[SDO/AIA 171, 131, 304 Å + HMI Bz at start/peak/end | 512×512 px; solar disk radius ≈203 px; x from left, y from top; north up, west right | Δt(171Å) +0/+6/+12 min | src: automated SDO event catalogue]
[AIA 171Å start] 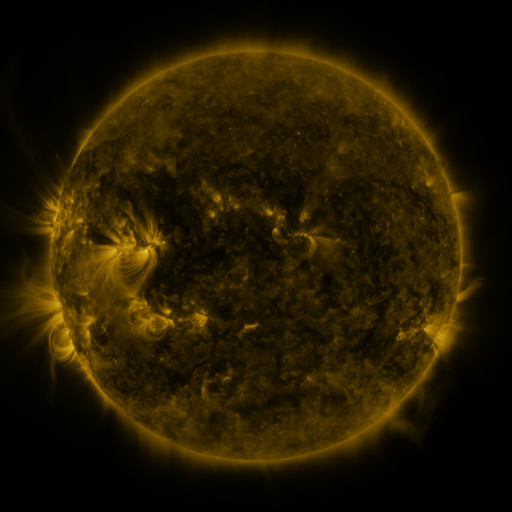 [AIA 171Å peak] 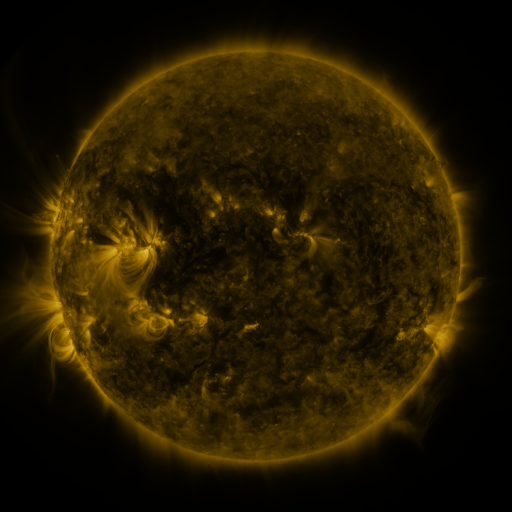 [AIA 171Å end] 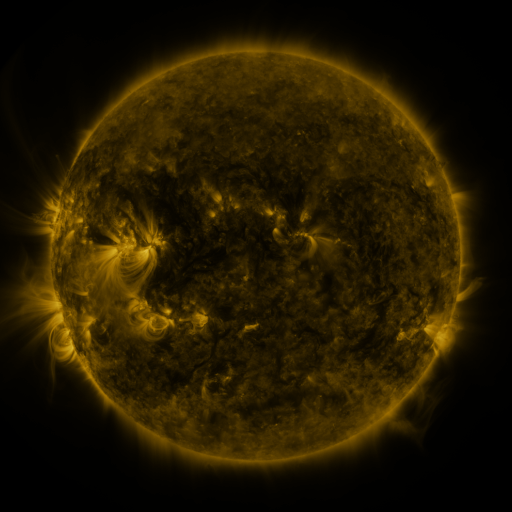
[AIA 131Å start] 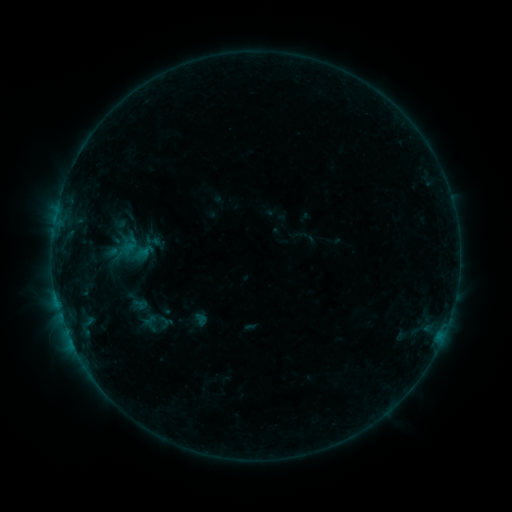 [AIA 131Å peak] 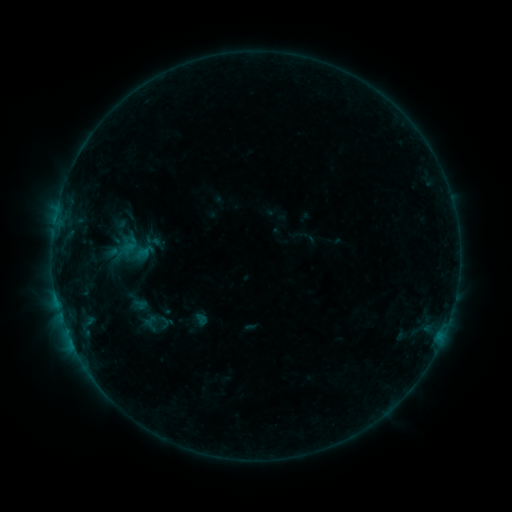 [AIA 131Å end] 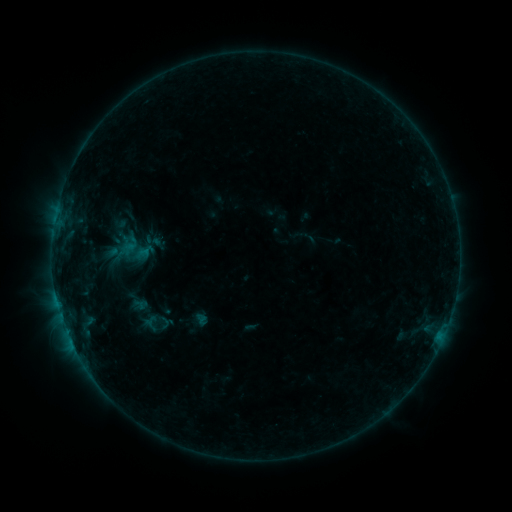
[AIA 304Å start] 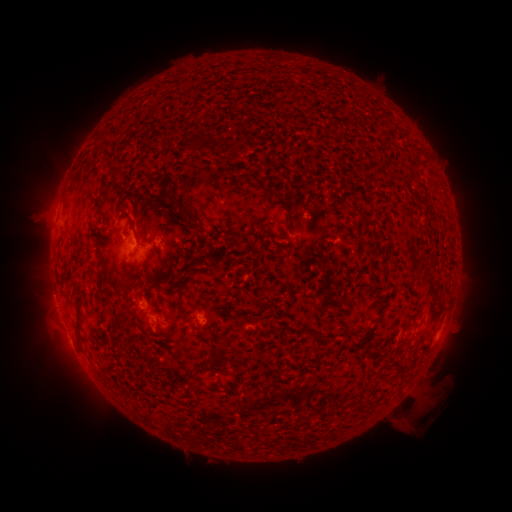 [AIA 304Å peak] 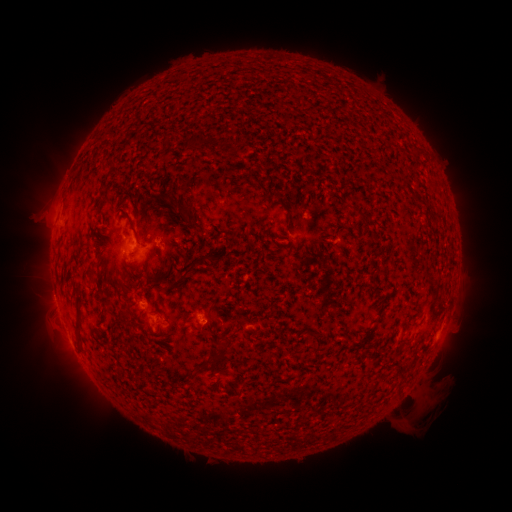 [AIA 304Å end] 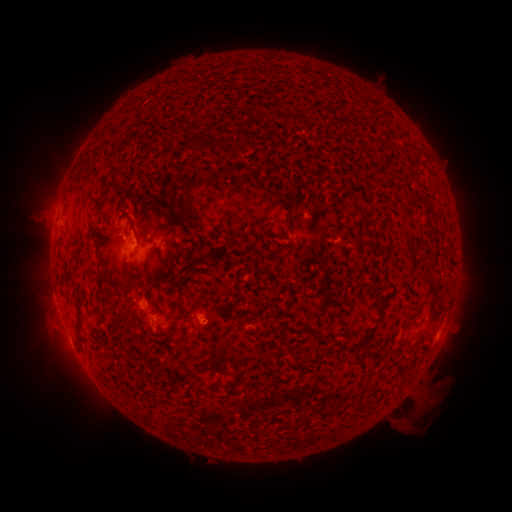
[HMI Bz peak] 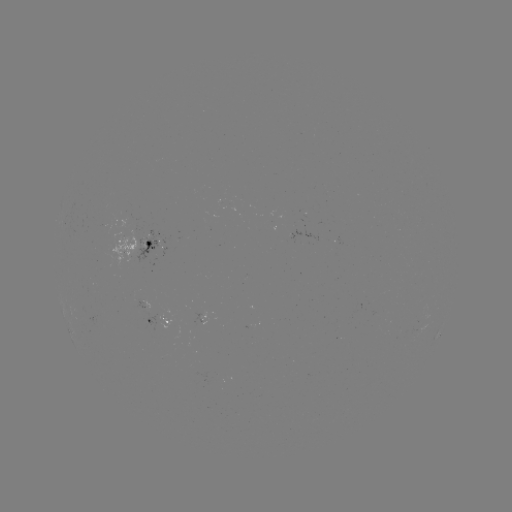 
no classed flare was catalogued and no EUV brightening was flagged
